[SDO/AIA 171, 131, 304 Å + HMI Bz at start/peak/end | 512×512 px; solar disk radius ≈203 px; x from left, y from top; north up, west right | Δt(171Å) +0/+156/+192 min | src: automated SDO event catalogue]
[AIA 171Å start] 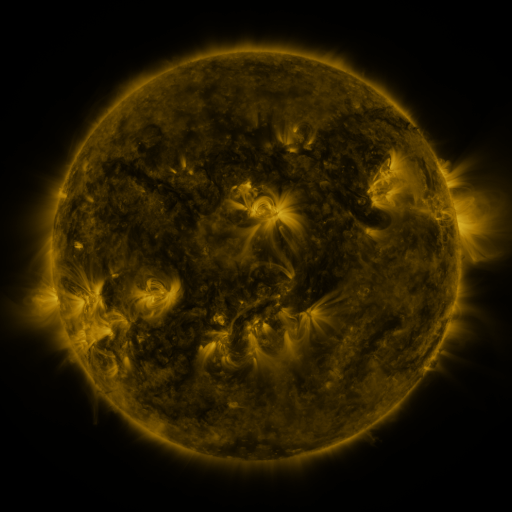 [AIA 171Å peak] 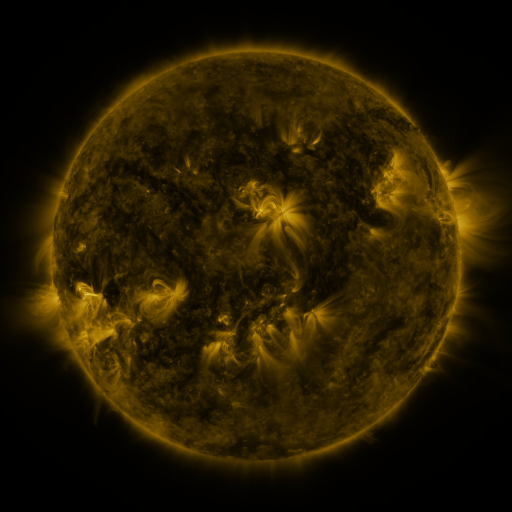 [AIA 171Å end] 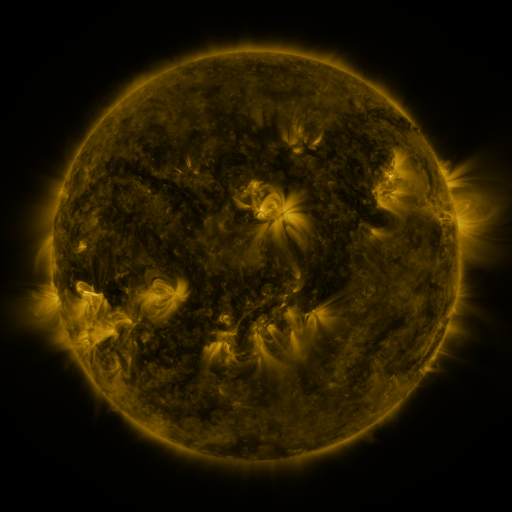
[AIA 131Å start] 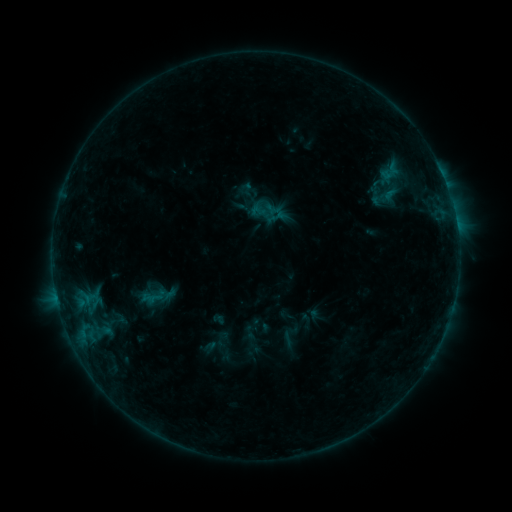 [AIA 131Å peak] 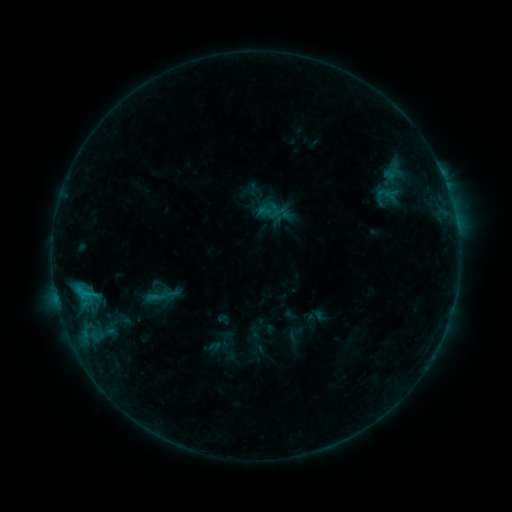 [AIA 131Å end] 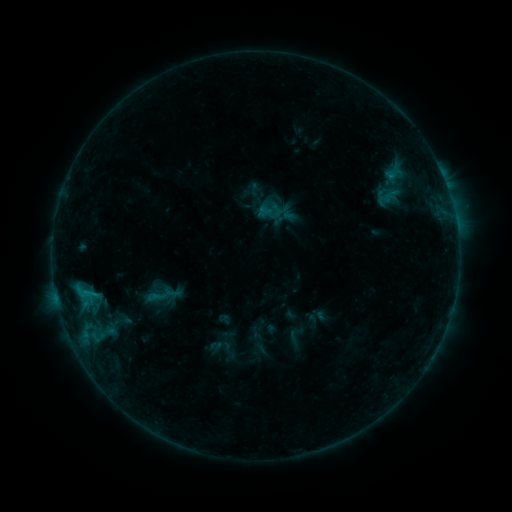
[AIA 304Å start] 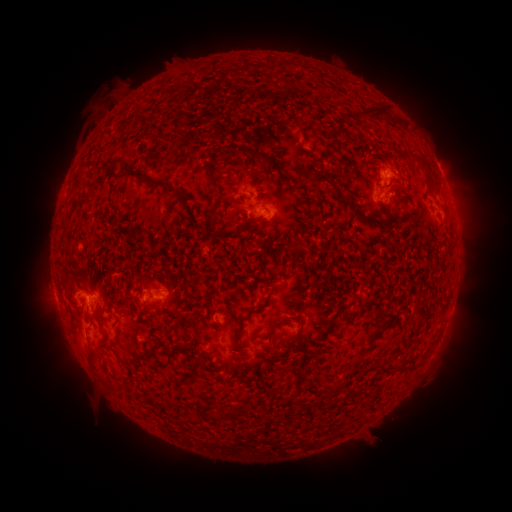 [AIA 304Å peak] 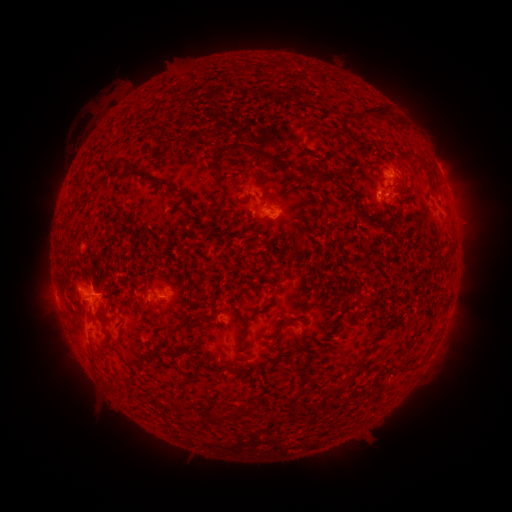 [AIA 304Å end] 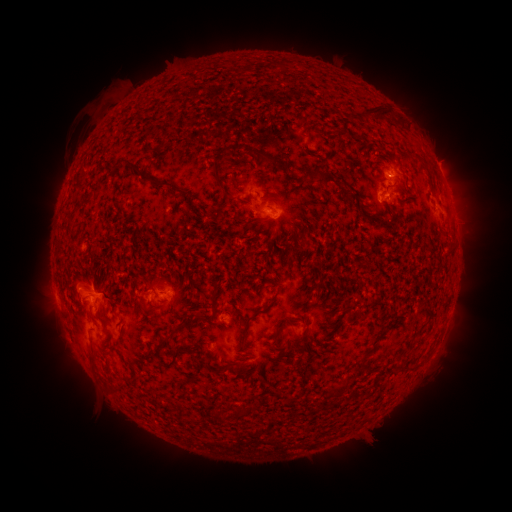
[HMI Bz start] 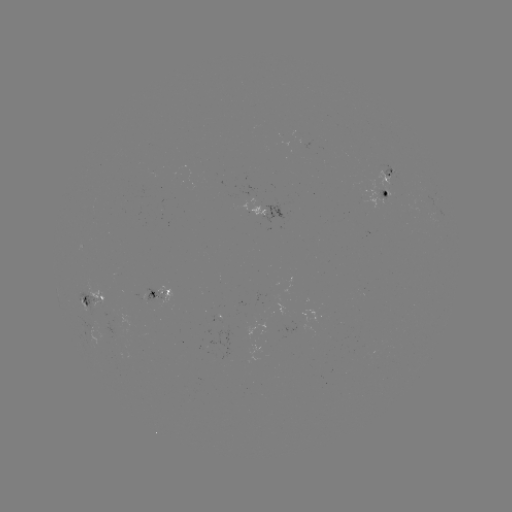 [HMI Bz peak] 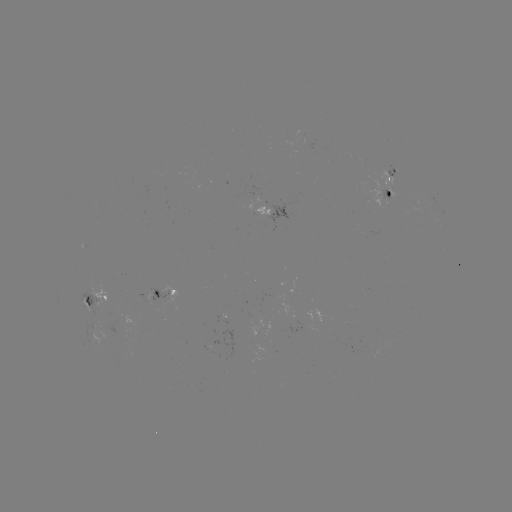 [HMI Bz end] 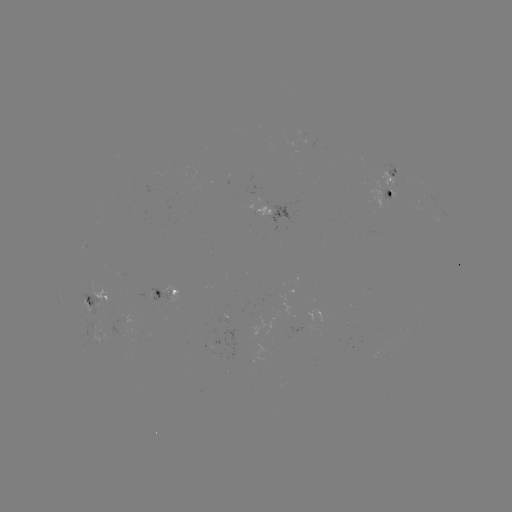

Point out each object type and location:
emerging-flux region: (387, 197)
